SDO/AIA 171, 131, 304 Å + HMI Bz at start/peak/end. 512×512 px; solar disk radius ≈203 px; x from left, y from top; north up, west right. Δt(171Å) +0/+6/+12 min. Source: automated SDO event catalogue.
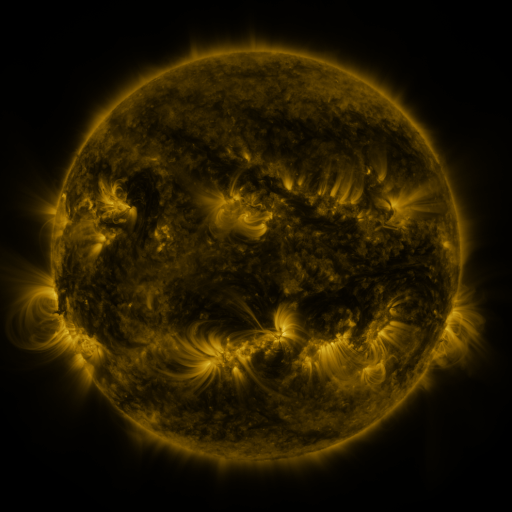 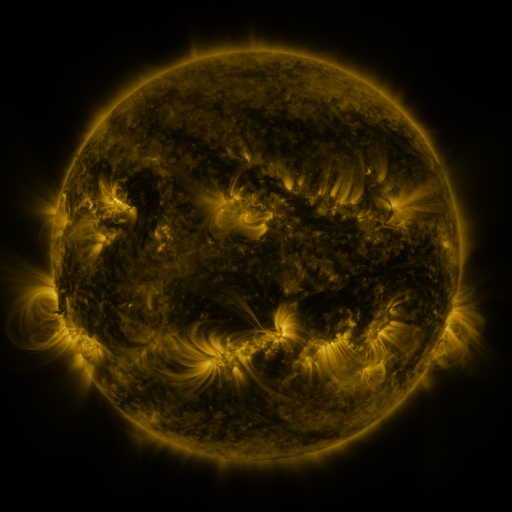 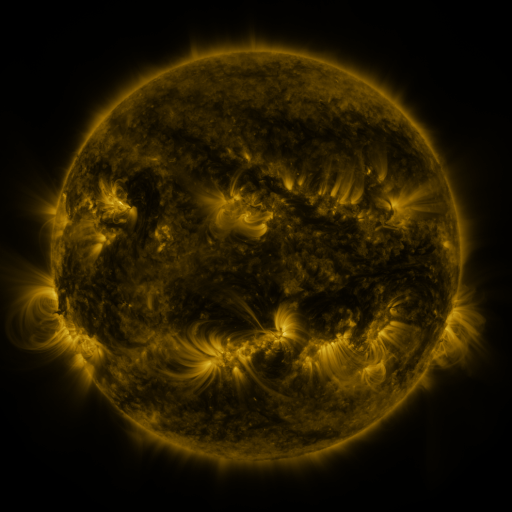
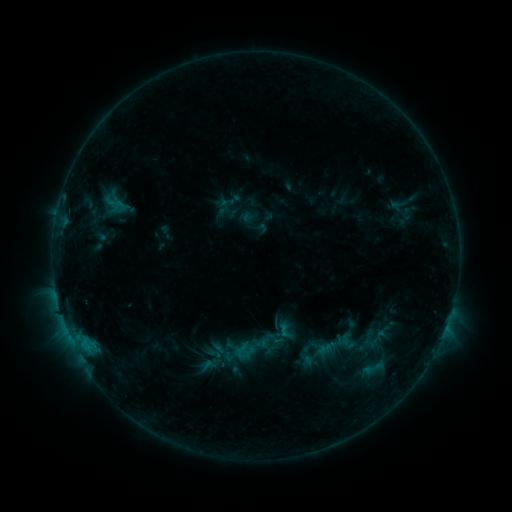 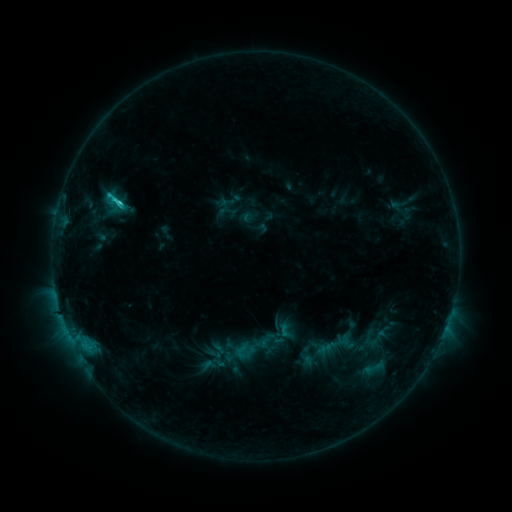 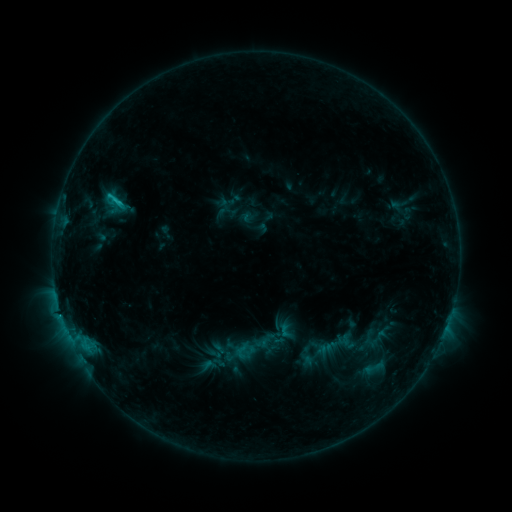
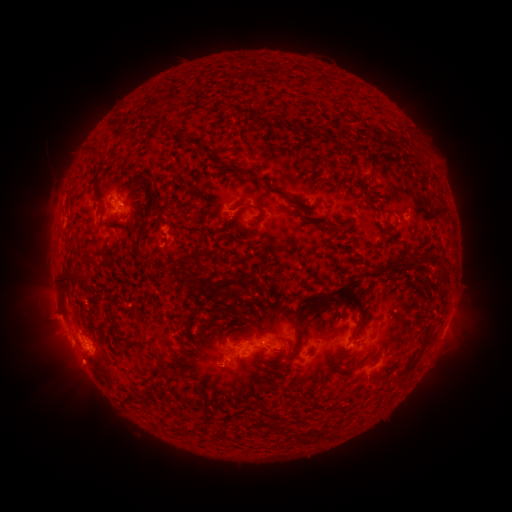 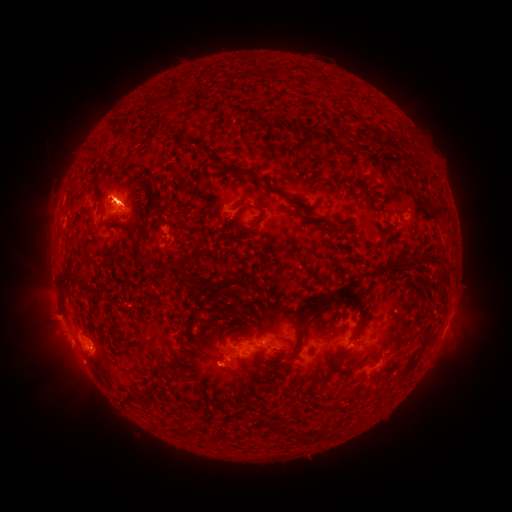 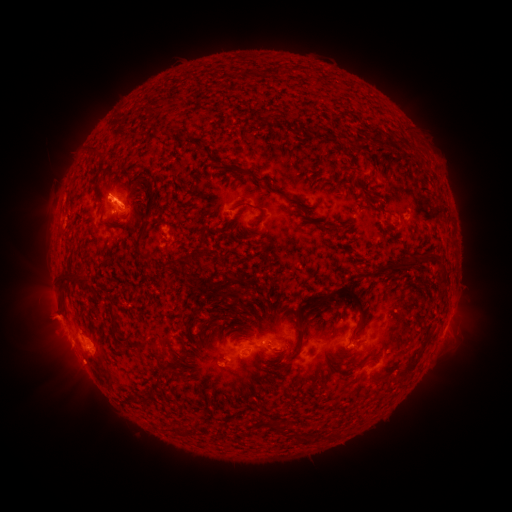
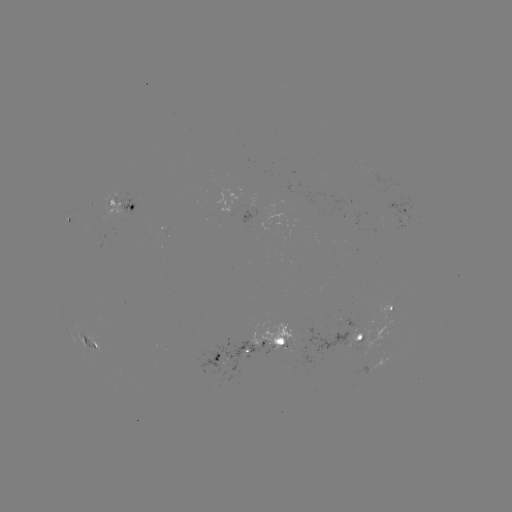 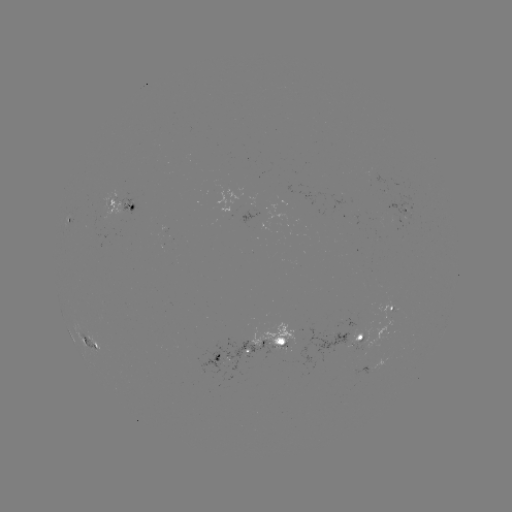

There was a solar flare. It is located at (121, 207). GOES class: C2.3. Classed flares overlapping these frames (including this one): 1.